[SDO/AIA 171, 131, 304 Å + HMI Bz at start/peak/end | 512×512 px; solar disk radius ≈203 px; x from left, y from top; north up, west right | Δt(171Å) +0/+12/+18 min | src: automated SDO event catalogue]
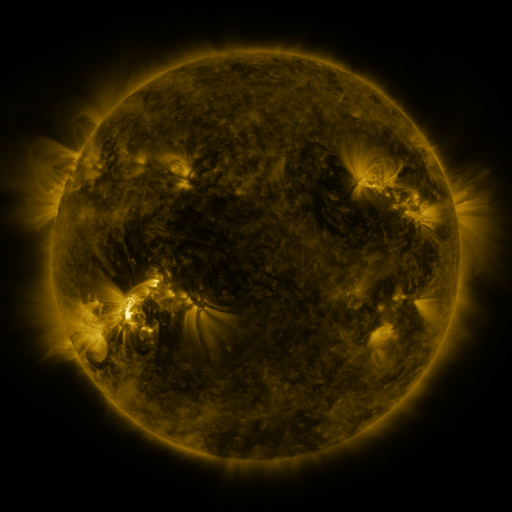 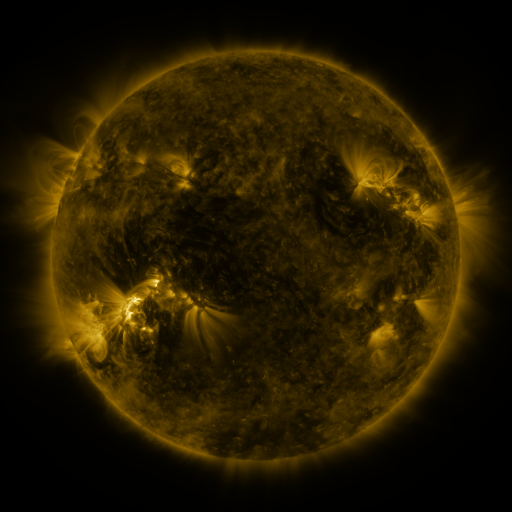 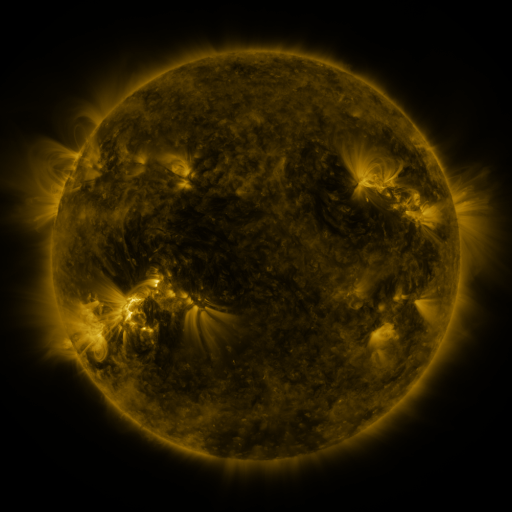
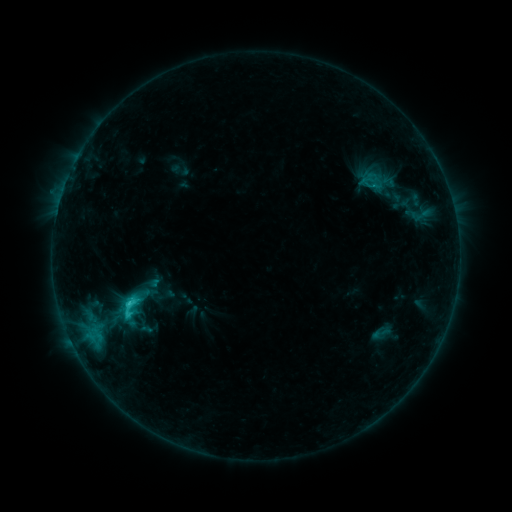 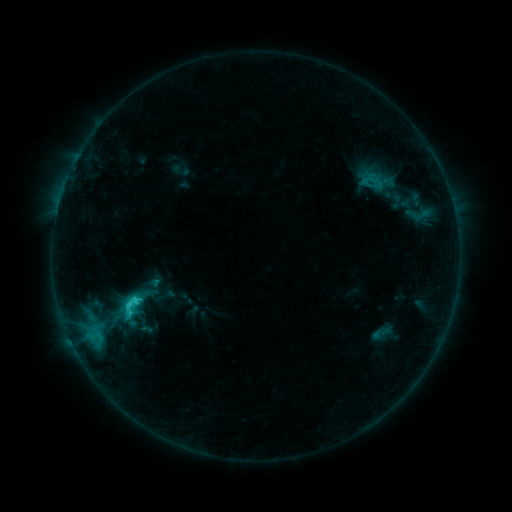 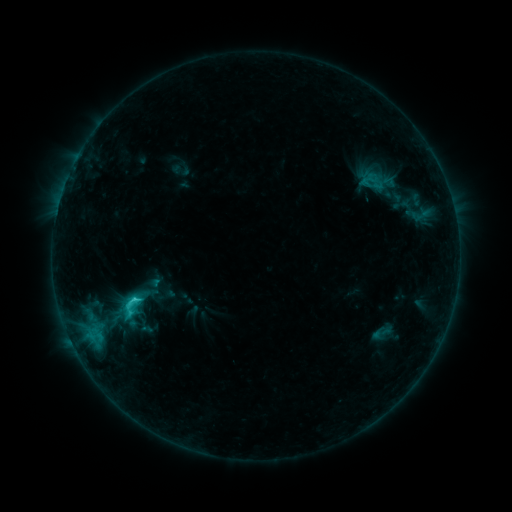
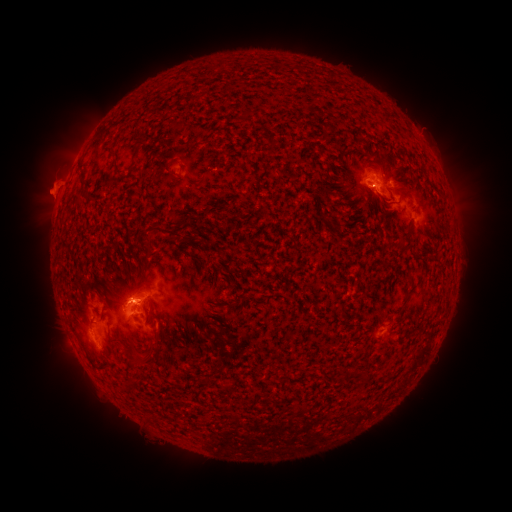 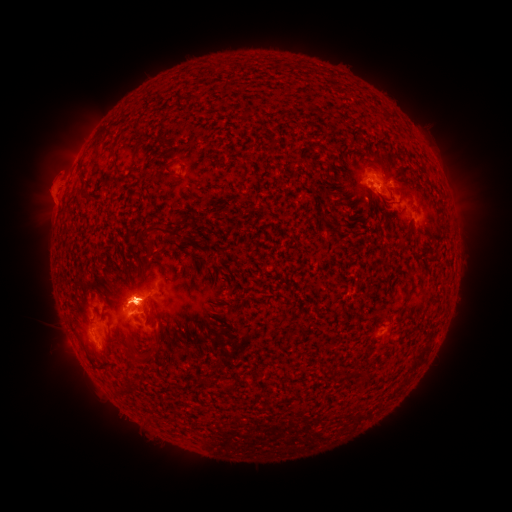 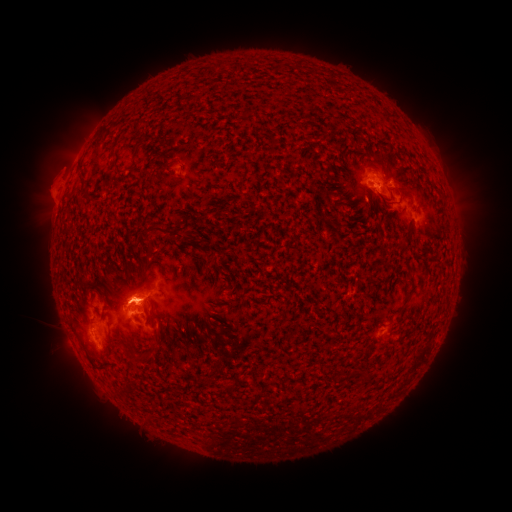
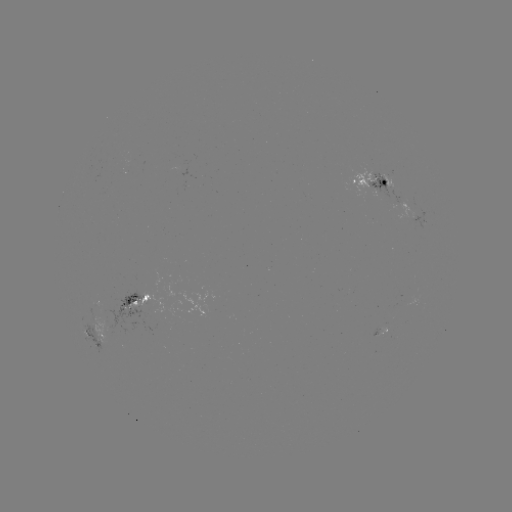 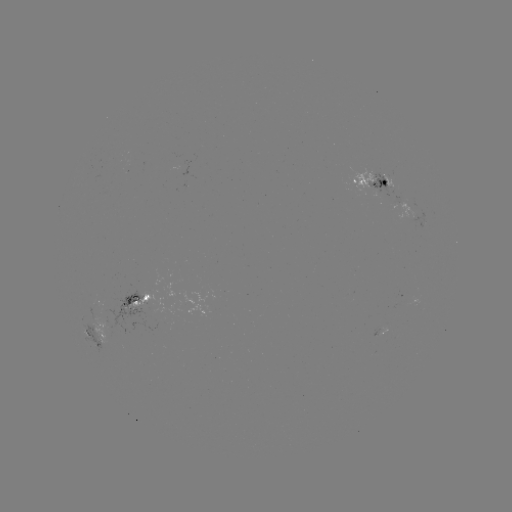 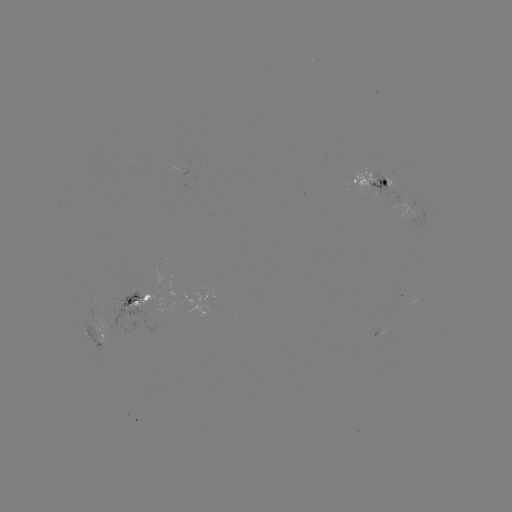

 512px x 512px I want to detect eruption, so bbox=[31, 147, 75, 186].